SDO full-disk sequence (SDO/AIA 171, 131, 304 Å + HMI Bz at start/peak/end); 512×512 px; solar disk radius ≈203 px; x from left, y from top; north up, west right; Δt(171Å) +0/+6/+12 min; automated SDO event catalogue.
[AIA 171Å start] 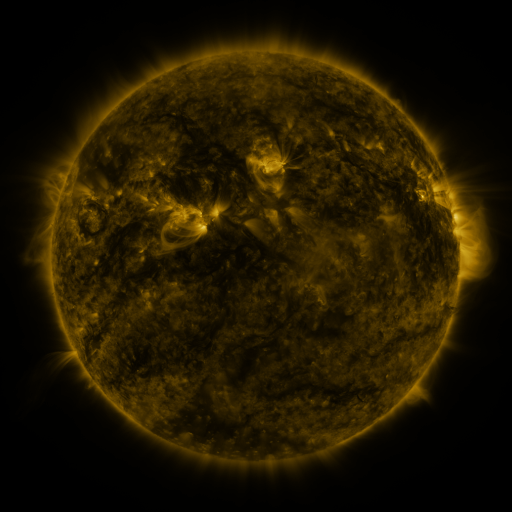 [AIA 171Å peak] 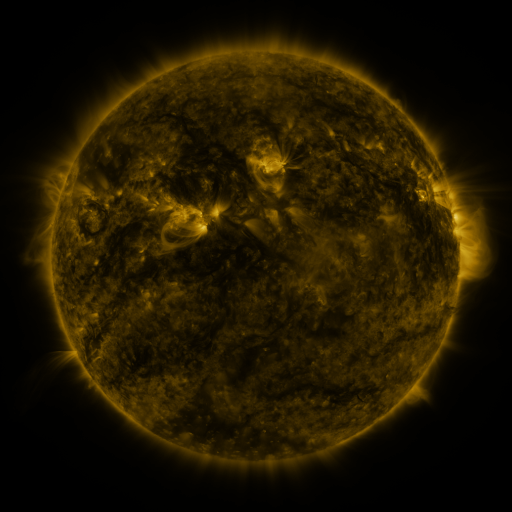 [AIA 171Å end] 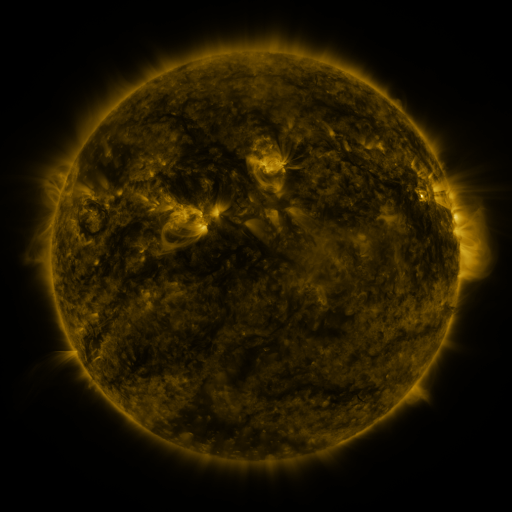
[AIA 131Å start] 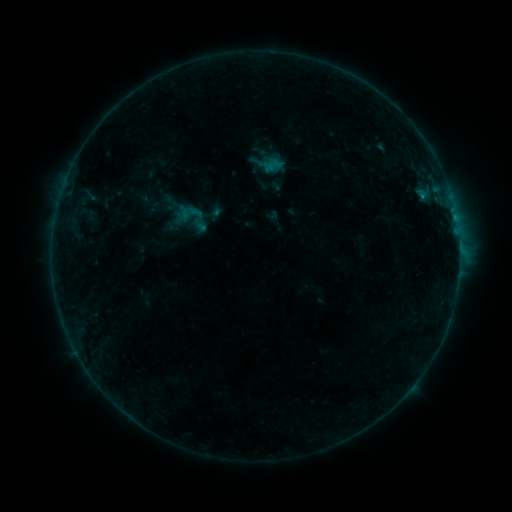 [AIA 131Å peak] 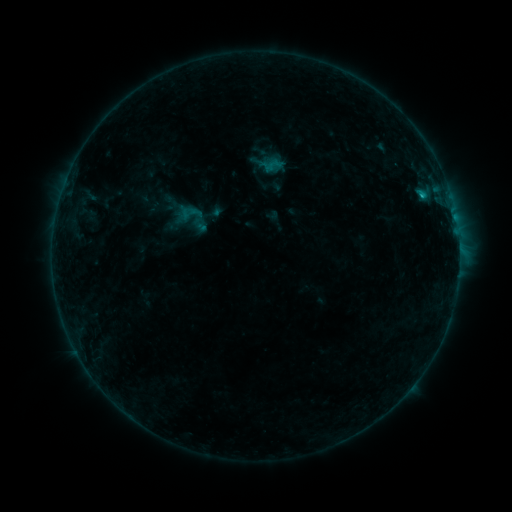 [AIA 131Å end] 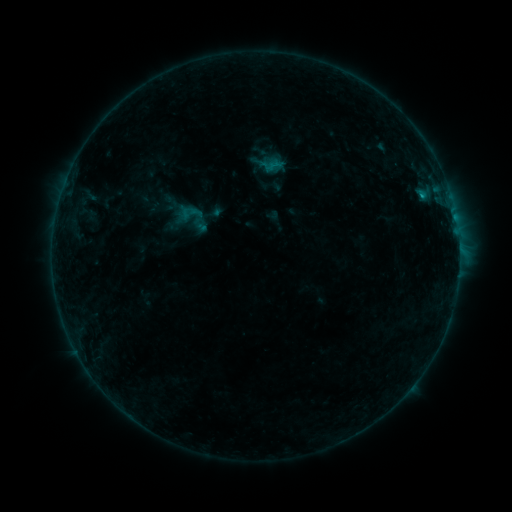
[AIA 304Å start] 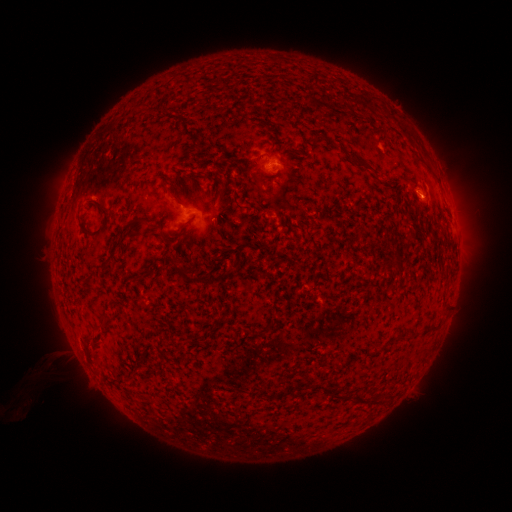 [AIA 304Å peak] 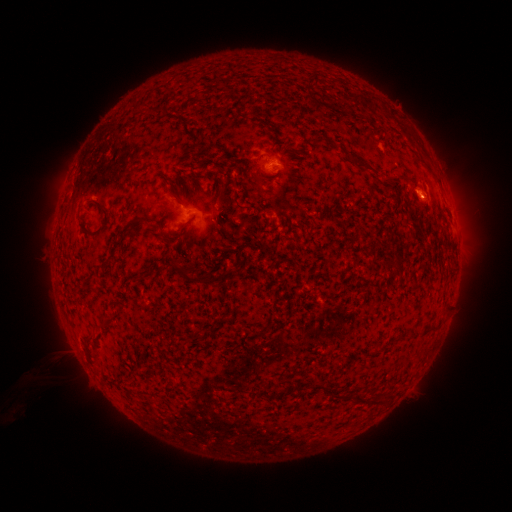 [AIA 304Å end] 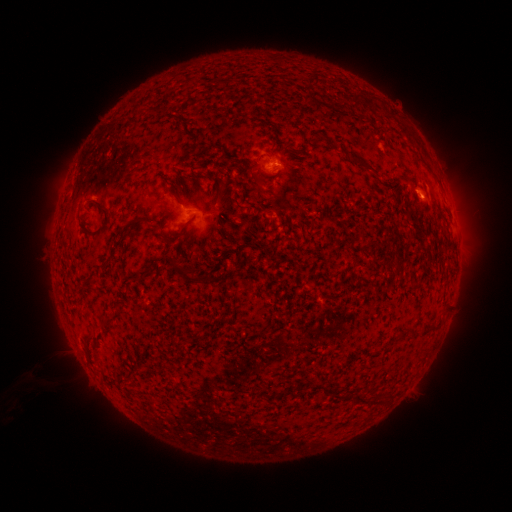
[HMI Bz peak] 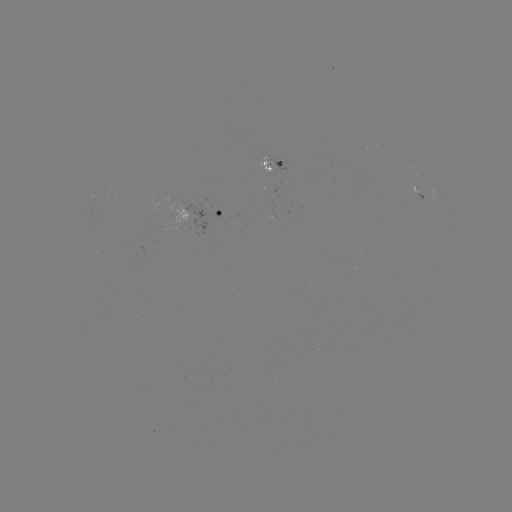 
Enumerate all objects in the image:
B6.4 flare: (420, 196)
